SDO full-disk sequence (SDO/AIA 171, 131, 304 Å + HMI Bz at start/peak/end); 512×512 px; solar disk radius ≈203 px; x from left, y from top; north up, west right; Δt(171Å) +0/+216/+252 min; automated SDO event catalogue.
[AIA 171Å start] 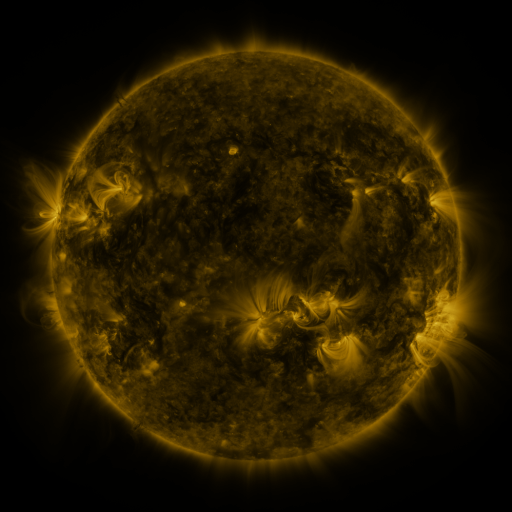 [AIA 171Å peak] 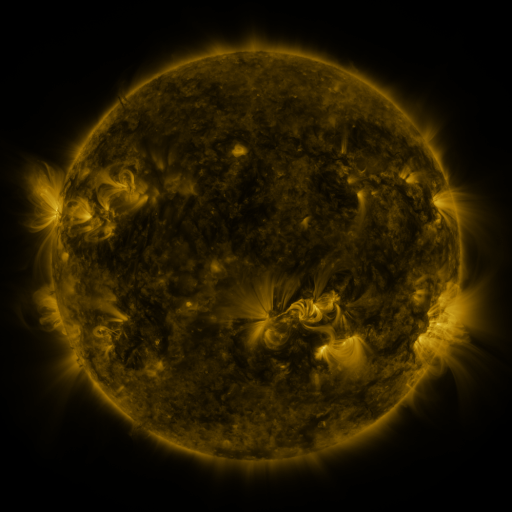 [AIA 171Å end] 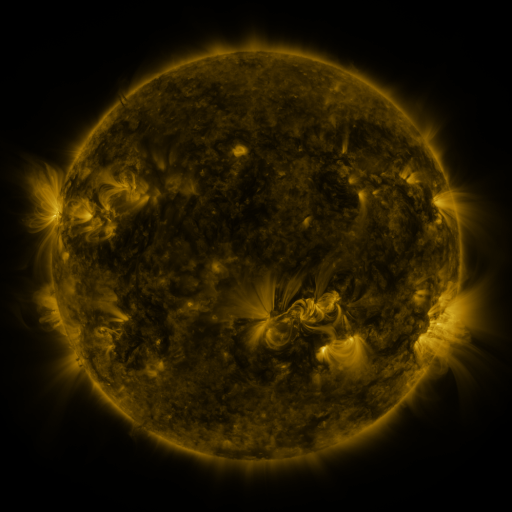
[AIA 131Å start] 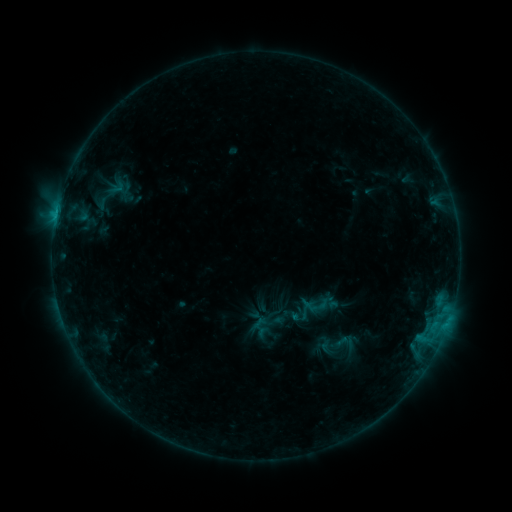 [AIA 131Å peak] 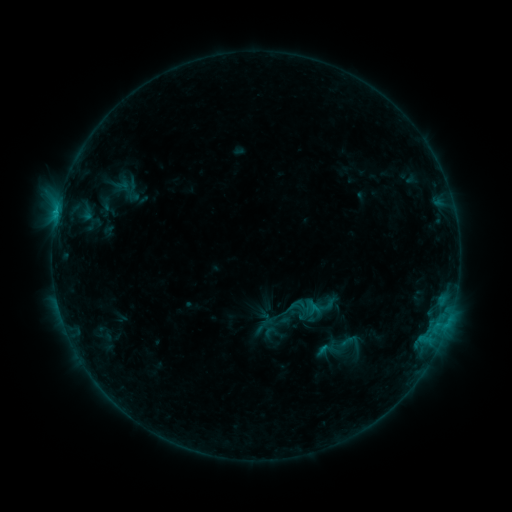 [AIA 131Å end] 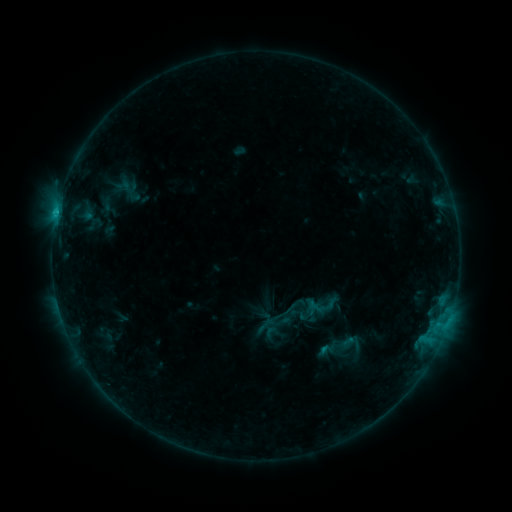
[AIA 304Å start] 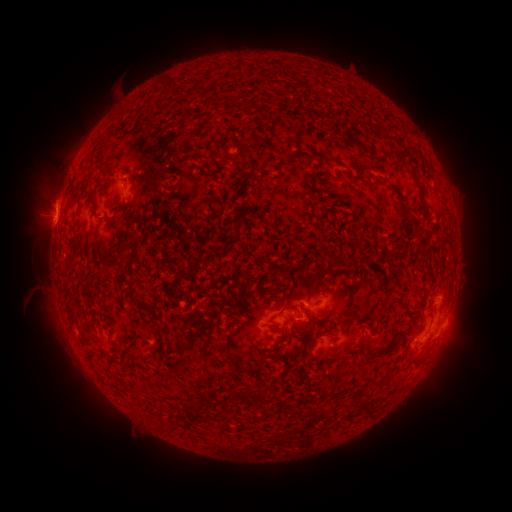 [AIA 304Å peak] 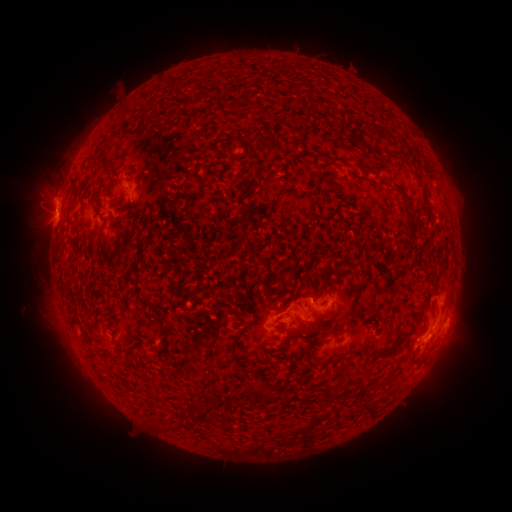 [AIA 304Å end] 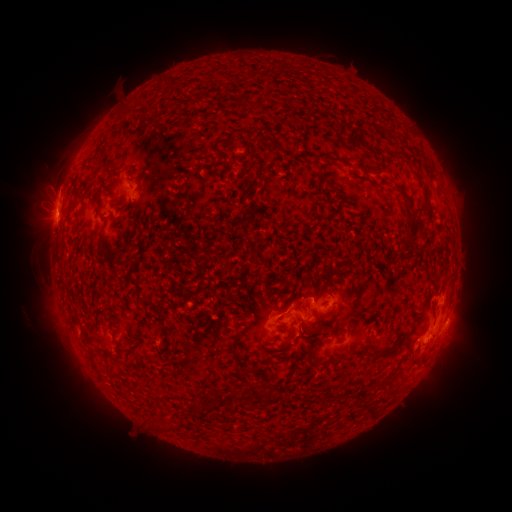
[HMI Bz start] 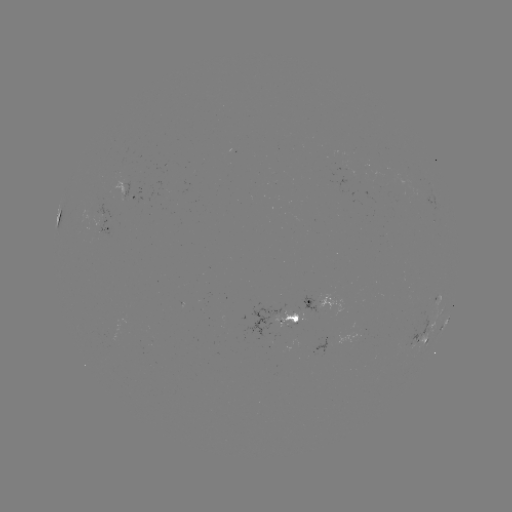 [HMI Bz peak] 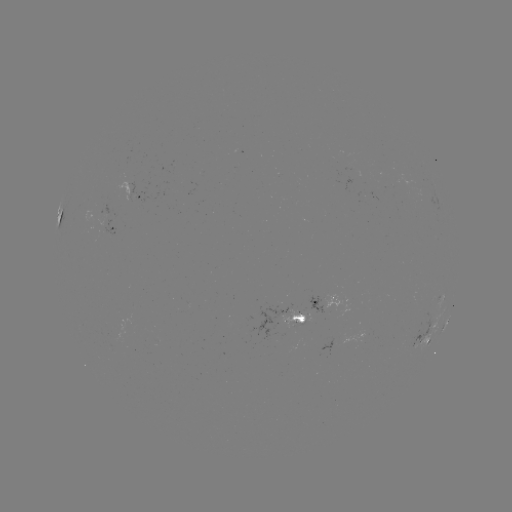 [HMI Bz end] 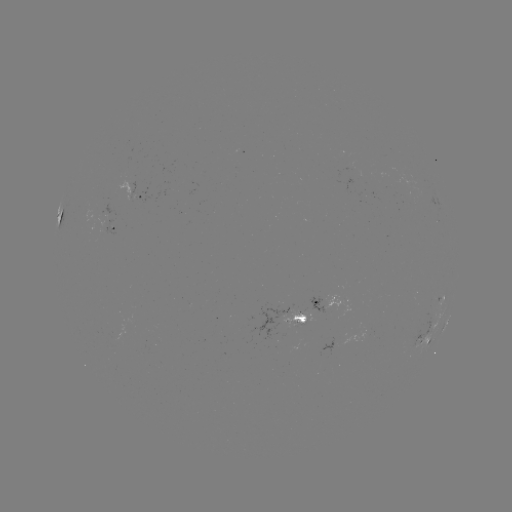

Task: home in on emerging-flux region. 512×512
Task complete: (300, 314).